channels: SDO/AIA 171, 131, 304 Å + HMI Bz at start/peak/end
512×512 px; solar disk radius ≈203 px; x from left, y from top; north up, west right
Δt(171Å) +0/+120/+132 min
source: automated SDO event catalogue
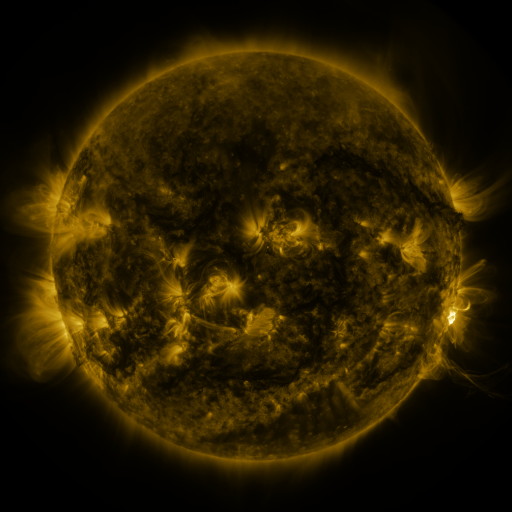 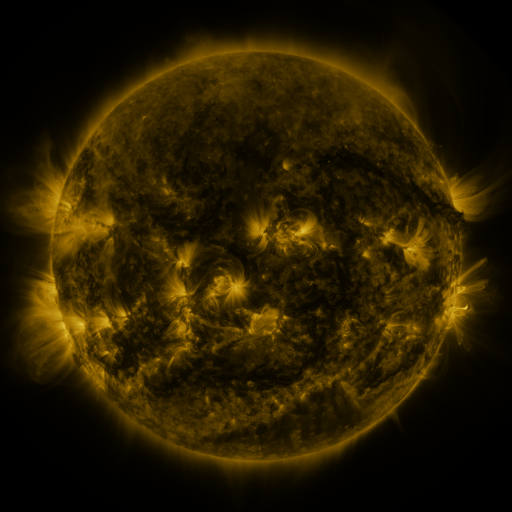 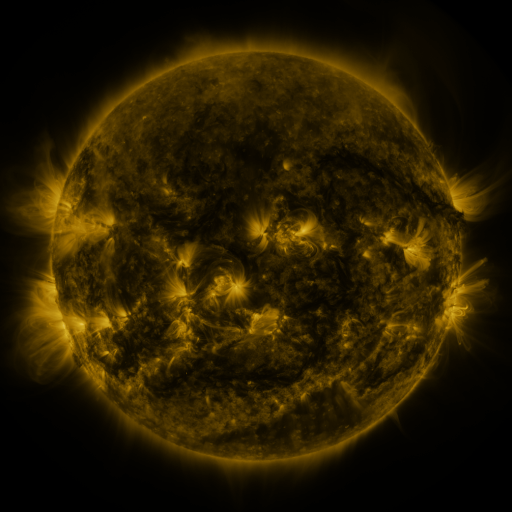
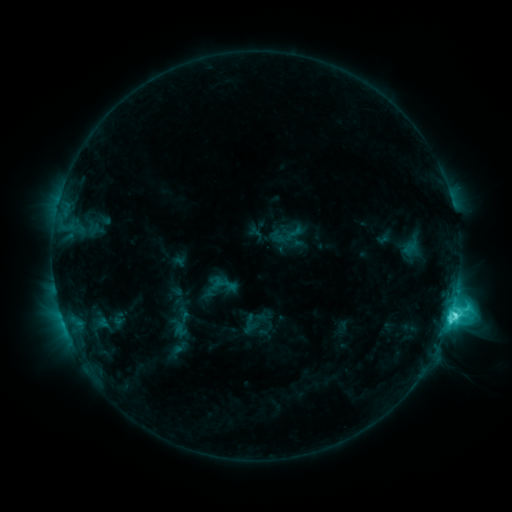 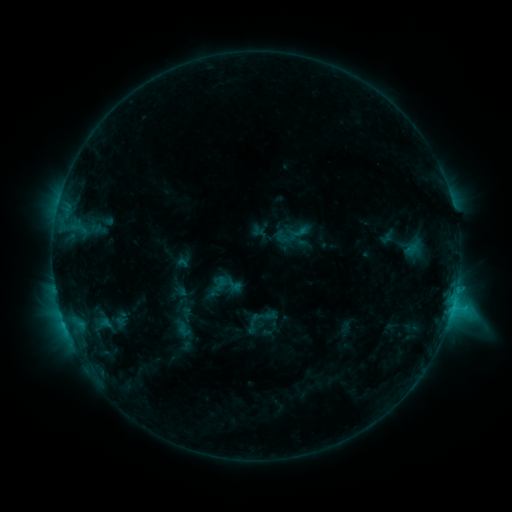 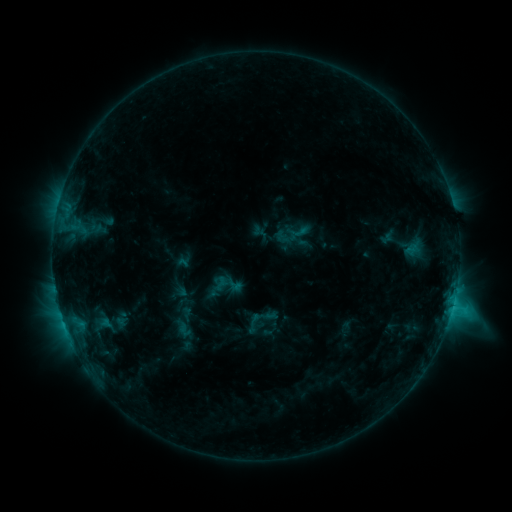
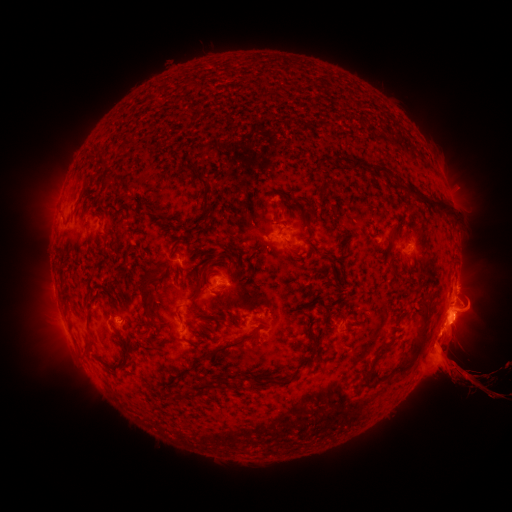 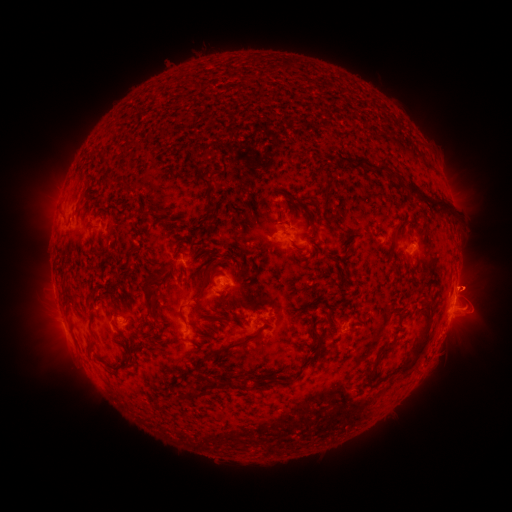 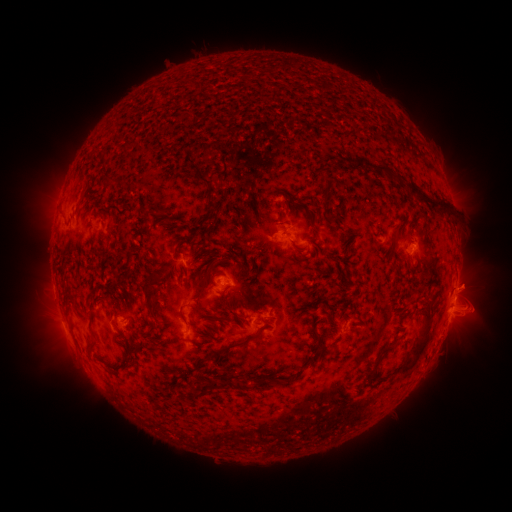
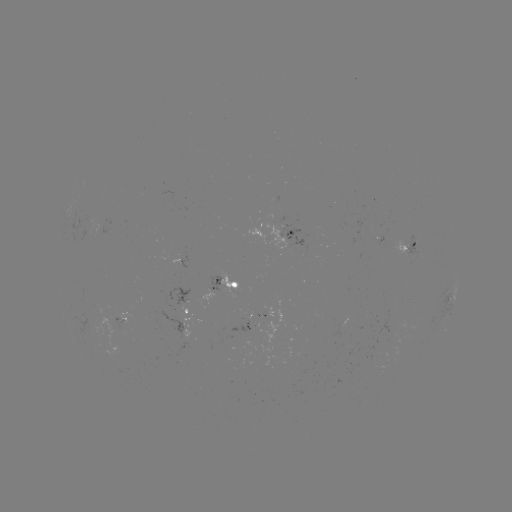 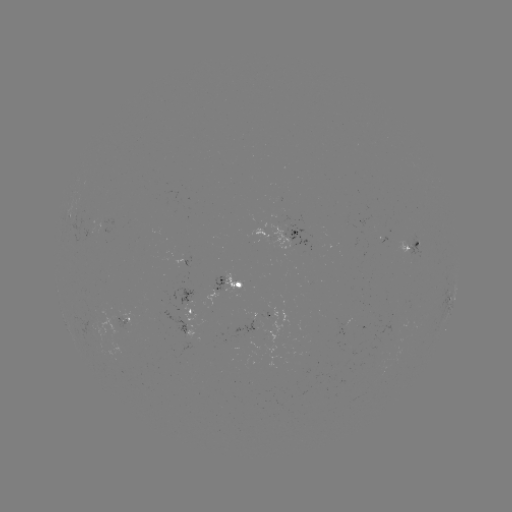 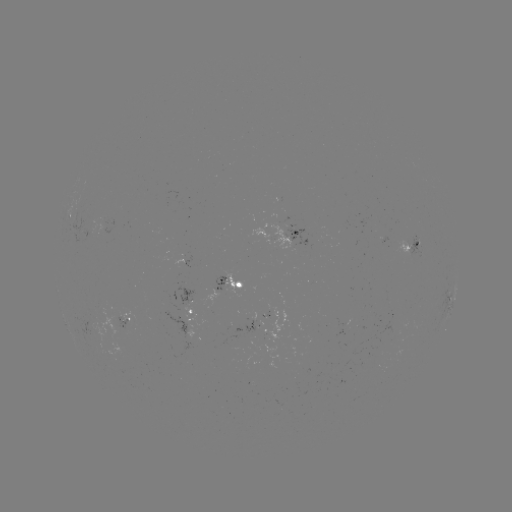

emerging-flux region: <bbox>114, 314, 129, 331</bbox>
